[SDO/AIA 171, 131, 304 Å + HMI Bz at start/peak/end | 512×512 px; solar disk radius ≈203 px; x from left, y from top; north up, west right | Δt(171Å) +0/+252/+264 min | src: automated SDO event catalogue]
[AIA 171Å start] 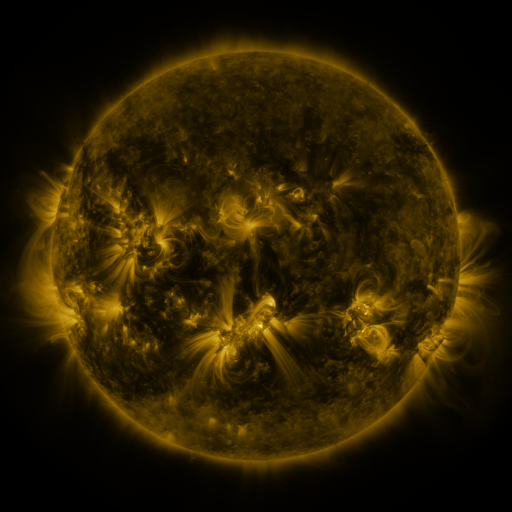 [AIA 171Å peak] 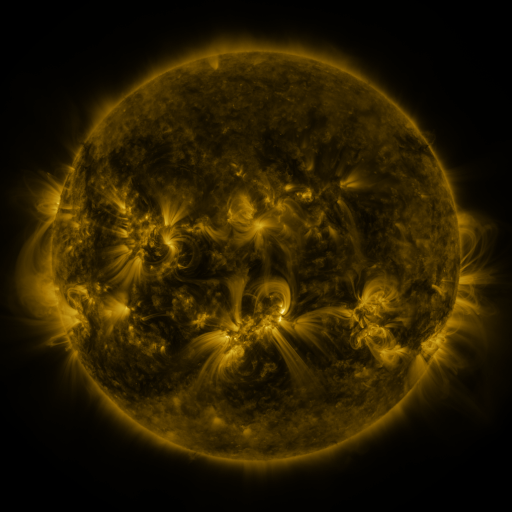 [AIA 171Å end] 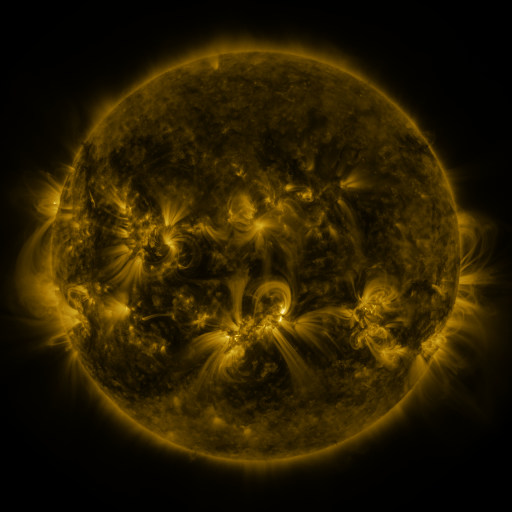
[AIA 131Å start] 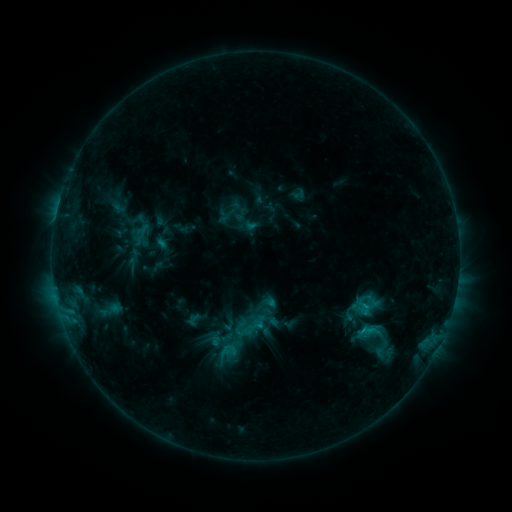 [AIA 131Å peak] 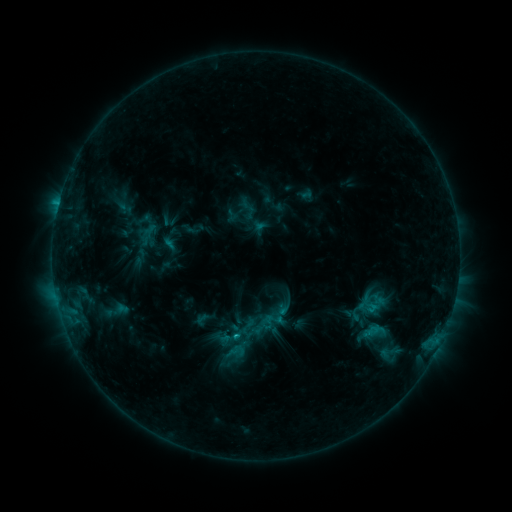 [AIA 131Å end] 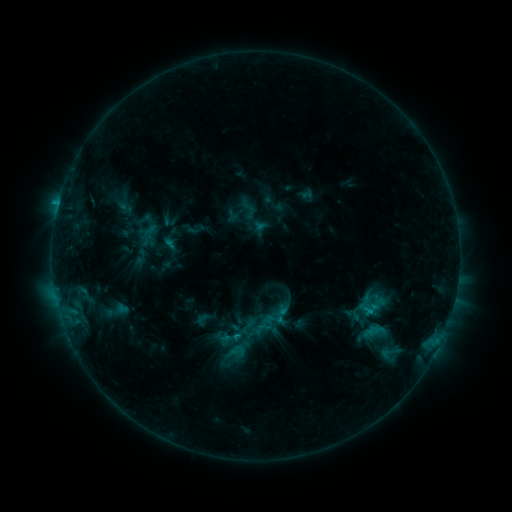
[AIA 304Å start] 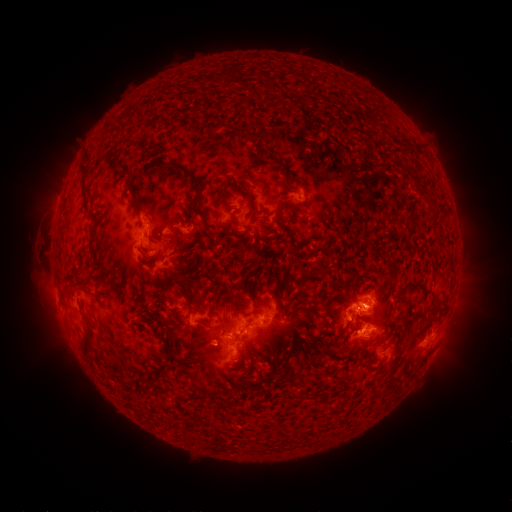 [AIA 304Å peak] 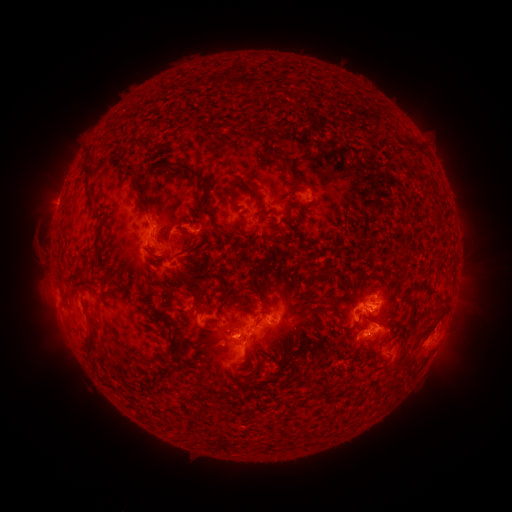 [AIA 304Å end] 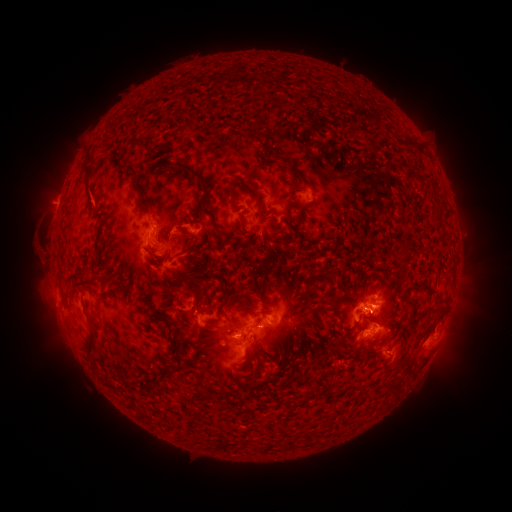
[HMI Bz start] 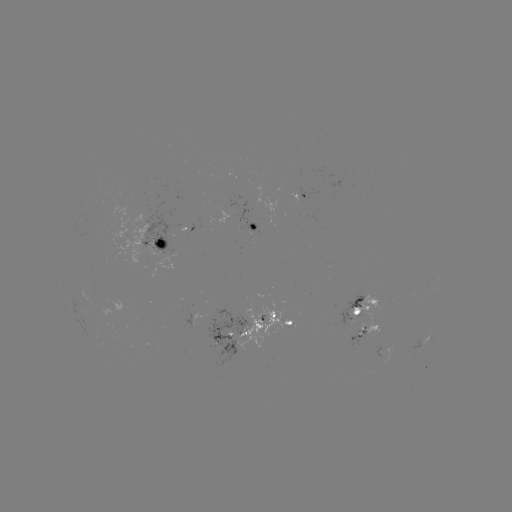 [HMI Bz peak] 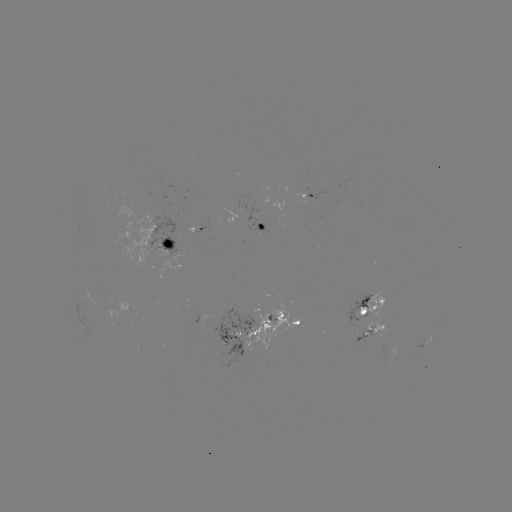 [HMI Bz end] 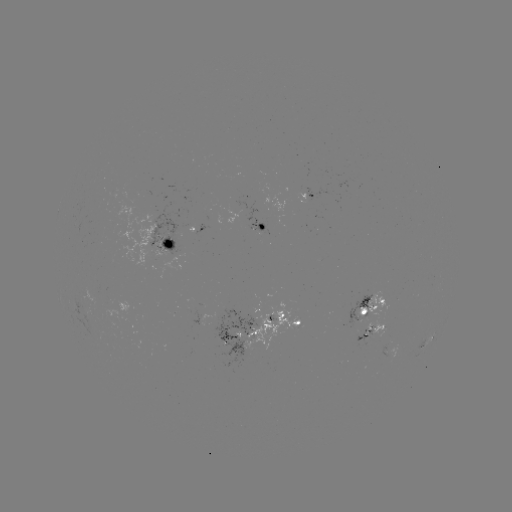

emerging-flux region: [147, 205, 177, 255]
